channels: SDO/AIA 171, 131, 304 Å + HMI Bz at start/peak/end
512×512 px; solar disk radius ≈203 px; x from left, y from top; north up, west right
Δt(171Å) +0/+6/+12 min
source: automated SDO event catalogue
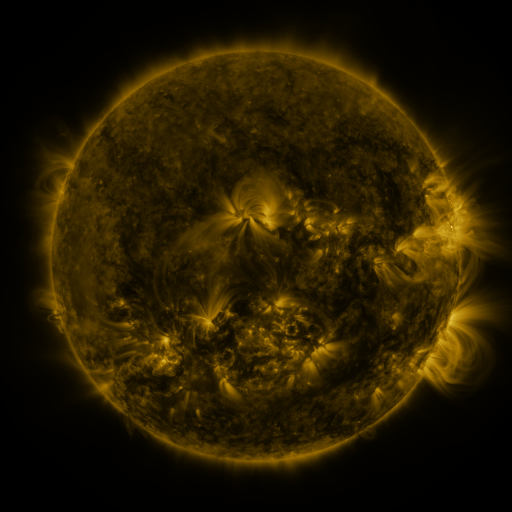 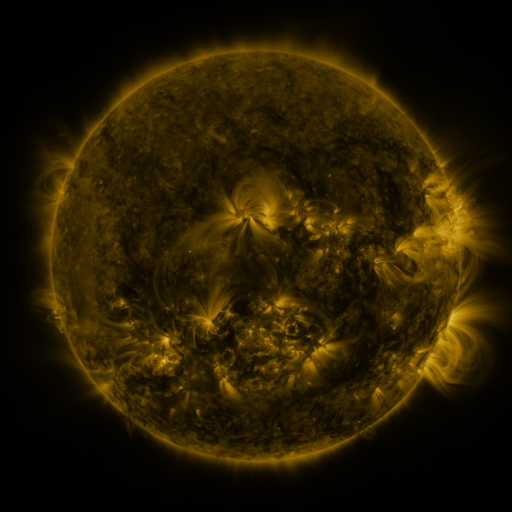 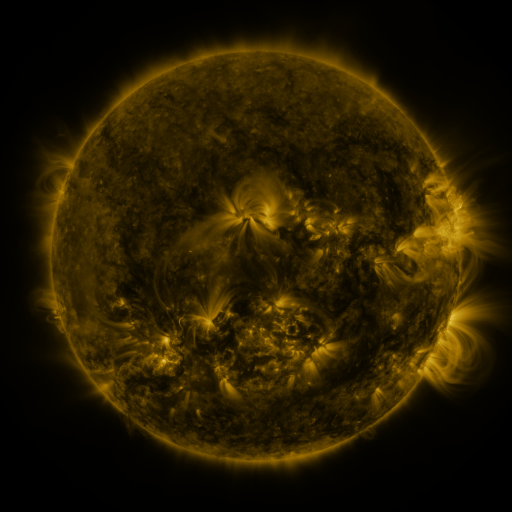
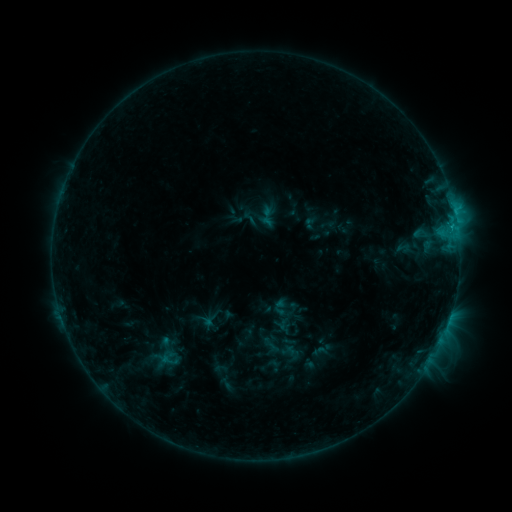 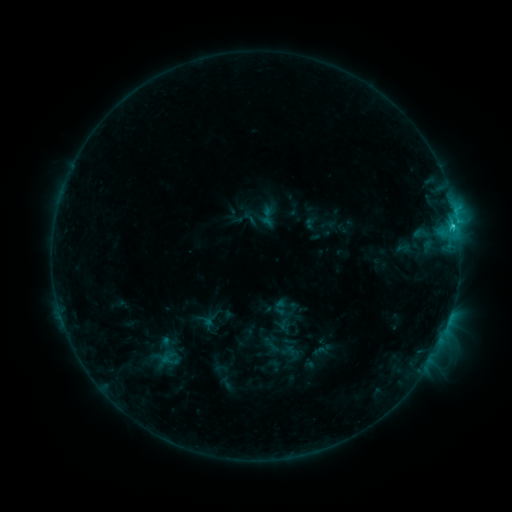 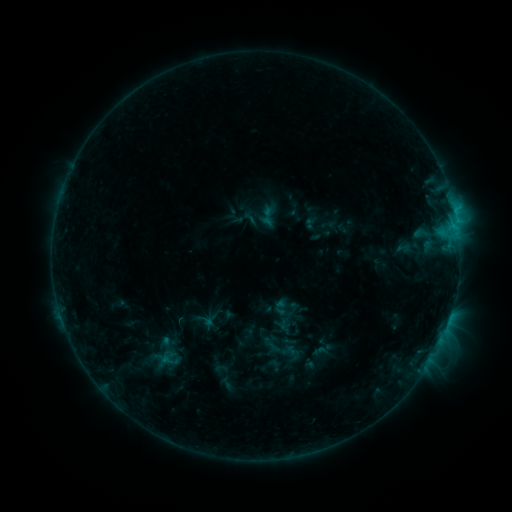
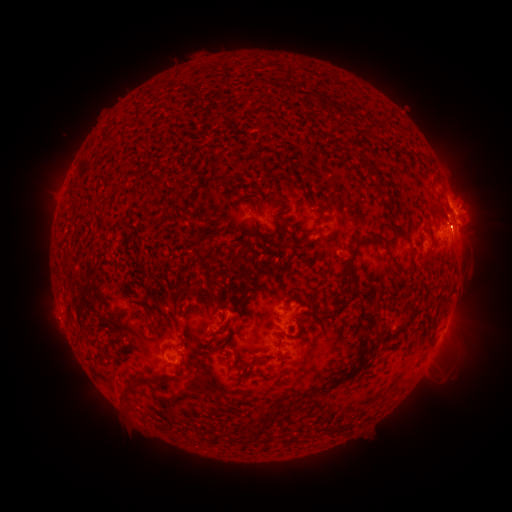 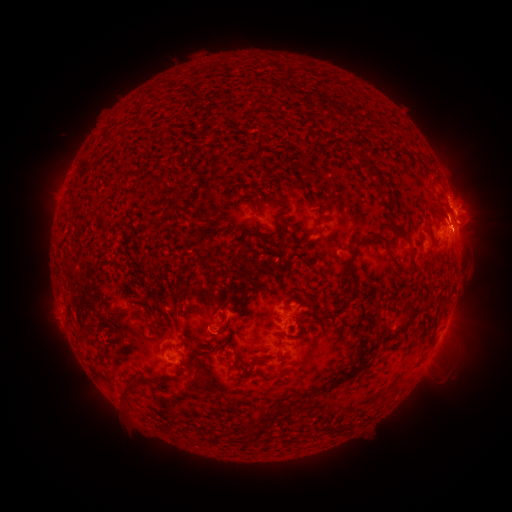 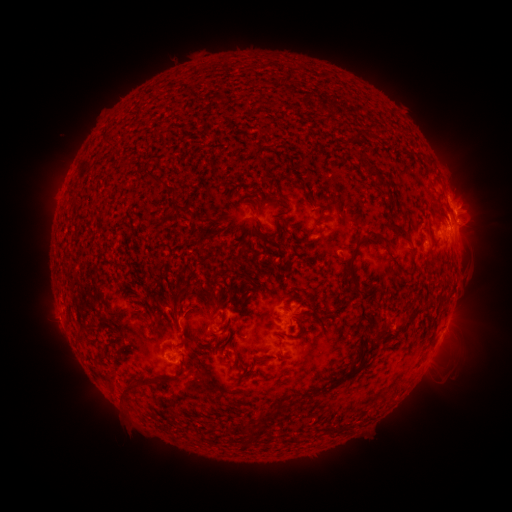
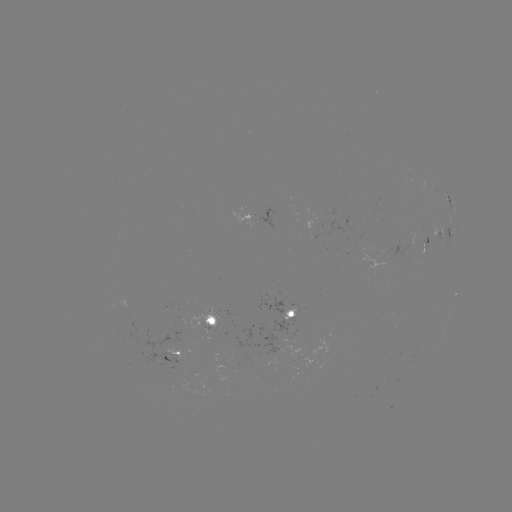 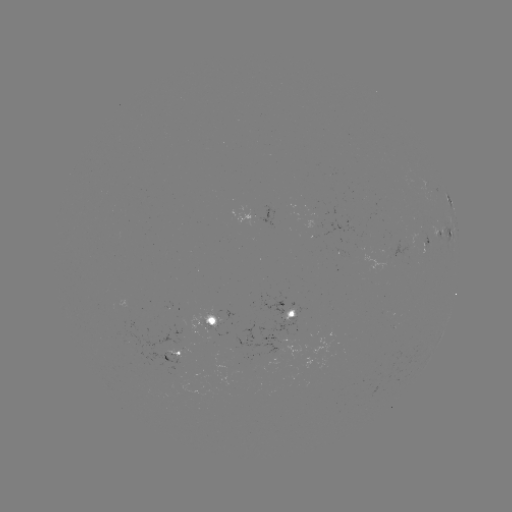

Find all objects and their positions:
C1.8 flare: (452, 229)
